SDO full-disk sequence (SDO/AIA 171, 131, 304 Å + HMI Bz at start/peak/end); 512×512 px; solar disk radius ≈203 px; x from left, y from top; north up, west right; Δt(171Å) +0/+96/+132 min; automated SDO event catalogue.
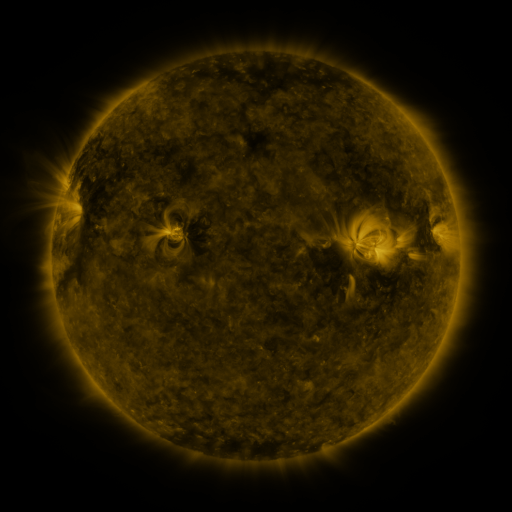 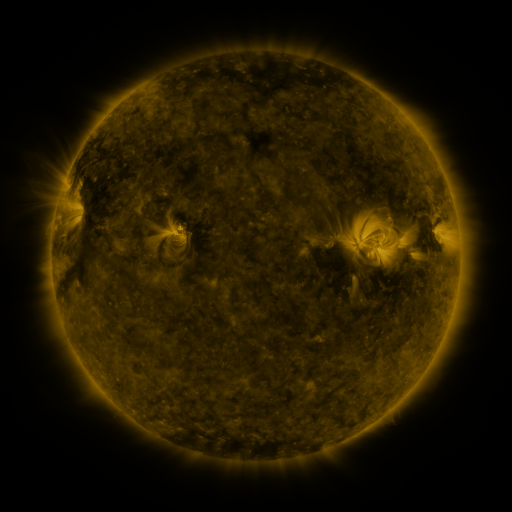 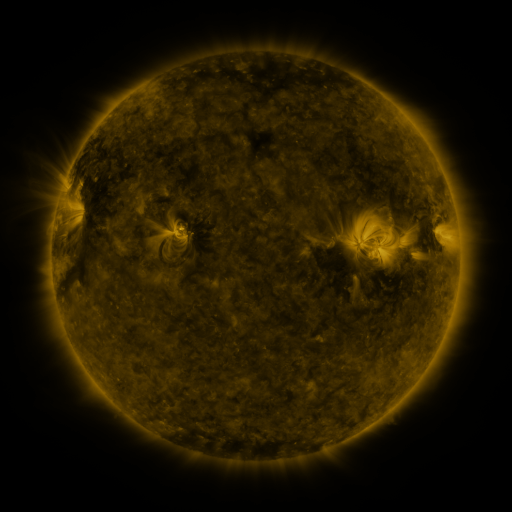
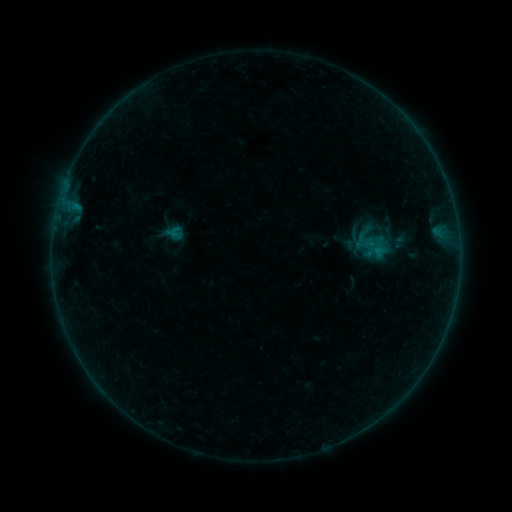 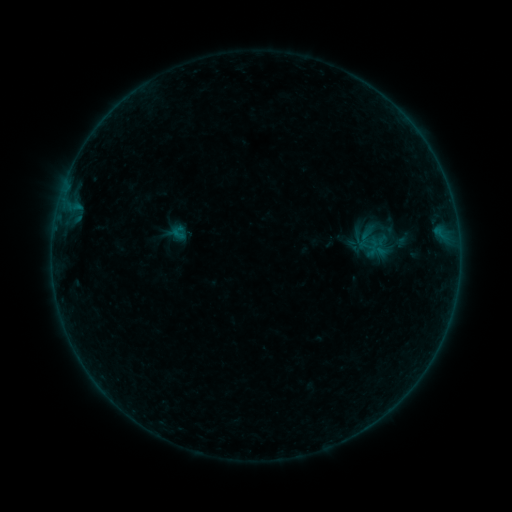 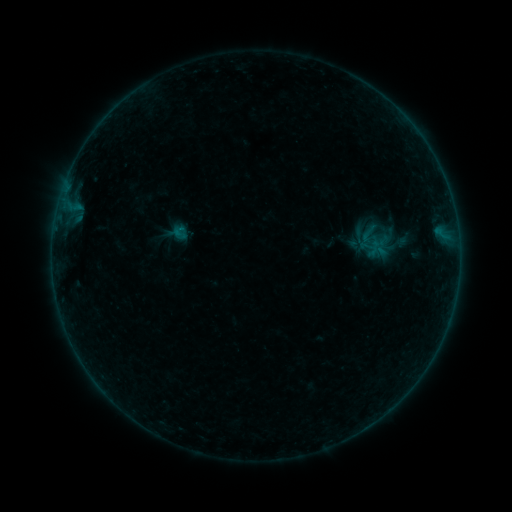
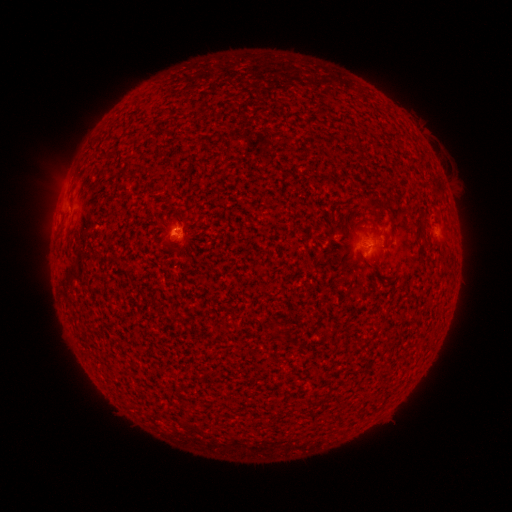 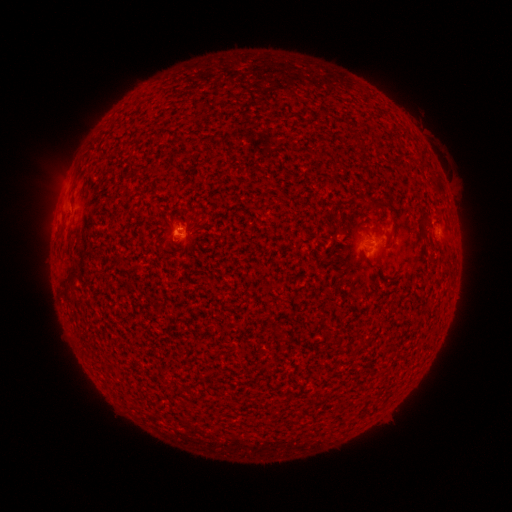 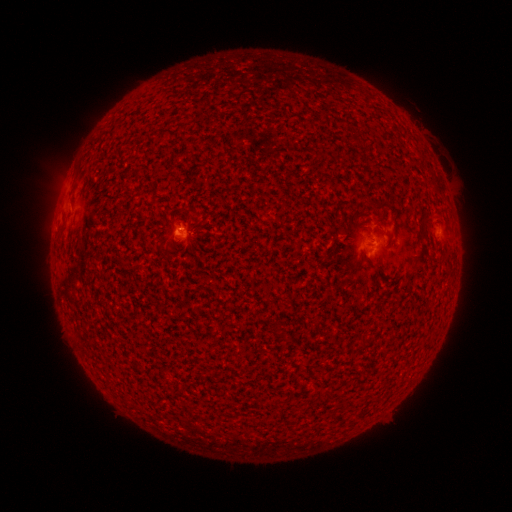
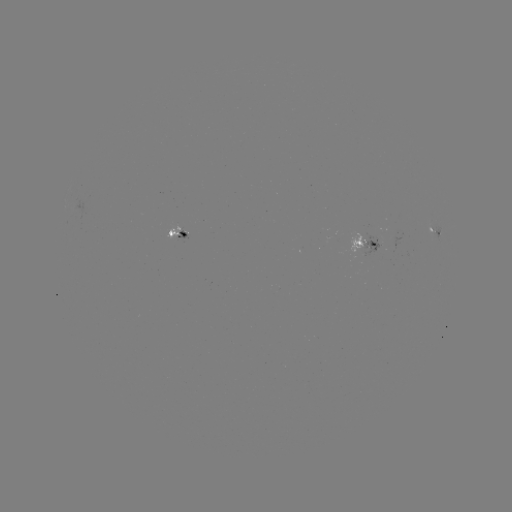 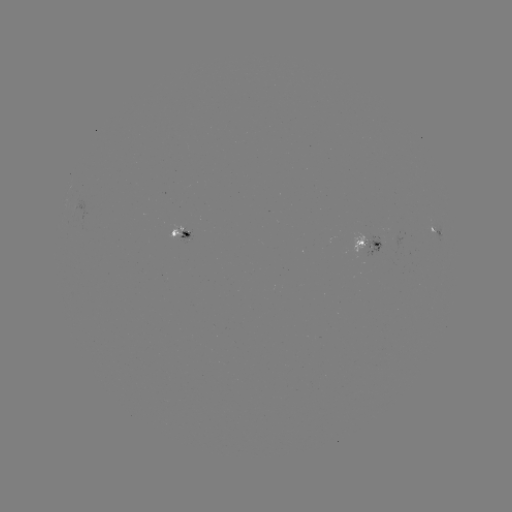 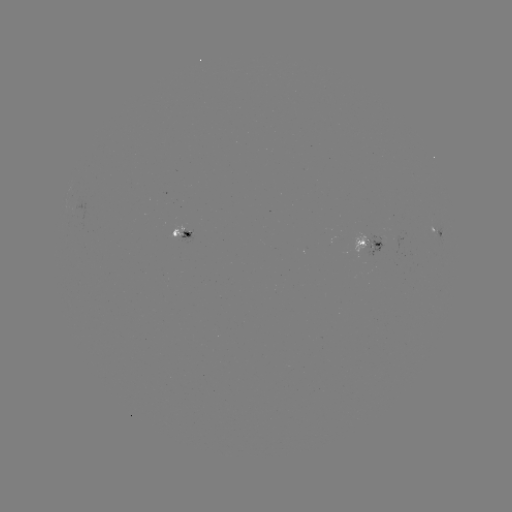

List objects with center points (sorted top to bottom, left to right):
emerging-flux region: (173, 232)
